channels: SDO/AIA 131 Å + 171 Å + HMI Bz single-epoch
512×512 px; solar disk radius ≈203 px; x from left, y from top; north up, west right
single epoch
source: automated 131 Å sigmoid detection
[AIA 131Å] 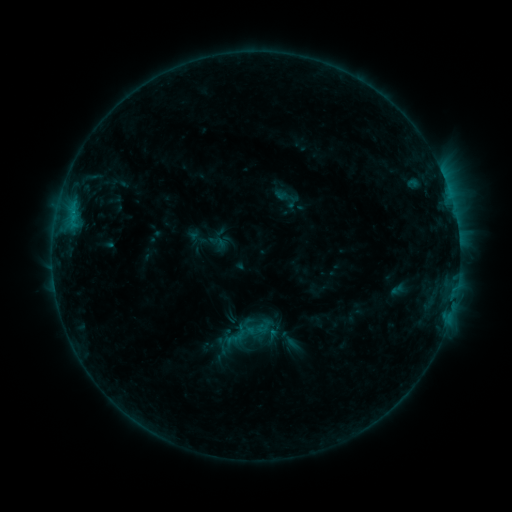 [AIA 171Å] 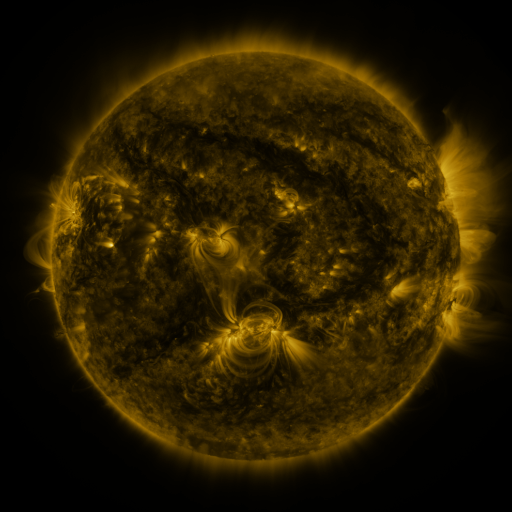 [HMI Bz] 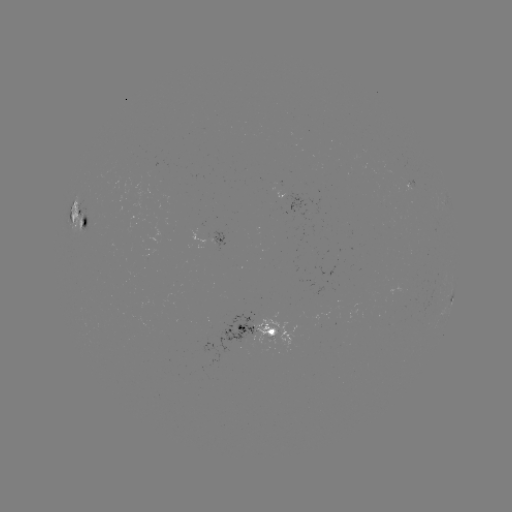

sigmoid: <bbox>221, 322, 250, 349</bbox>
